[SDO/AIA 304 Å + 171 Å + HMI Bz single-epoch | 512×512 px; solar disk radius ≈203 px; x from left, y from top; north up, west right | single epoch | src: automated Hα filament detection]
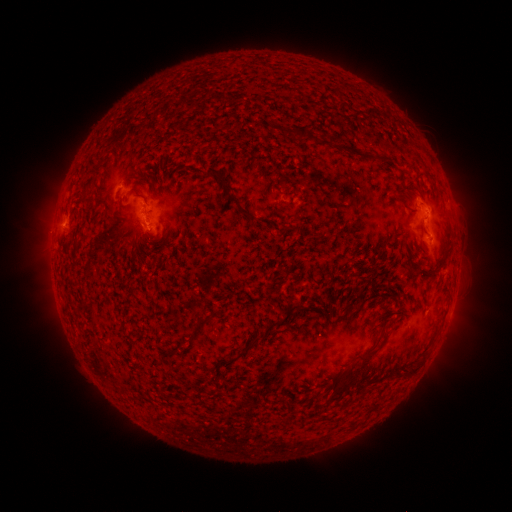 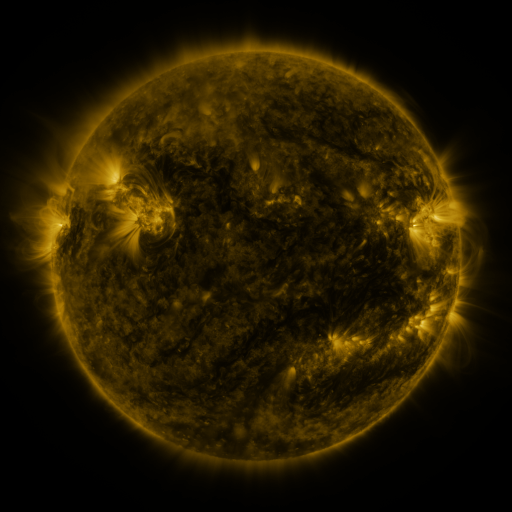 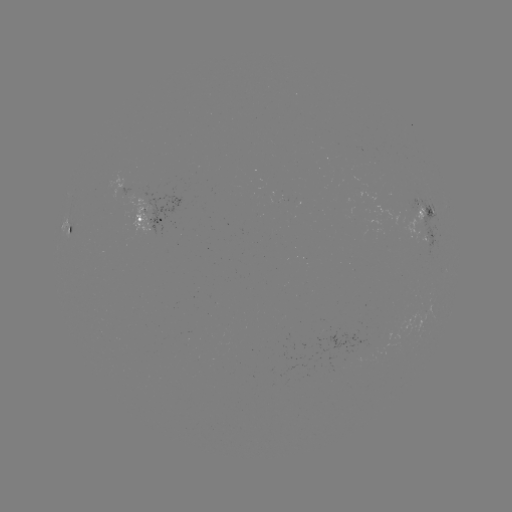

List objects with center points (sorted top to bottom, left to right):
filament: (371, 112)
filament: (275, 128)
filament: (302, 133)
filament: (345, 149)
filament: (379, 160)
filament: (218, 173)
filament: (235, 201)
filament: (300, 307)
filament: (202, 321)
filament: (249, 345)
filament: (357, 370)
